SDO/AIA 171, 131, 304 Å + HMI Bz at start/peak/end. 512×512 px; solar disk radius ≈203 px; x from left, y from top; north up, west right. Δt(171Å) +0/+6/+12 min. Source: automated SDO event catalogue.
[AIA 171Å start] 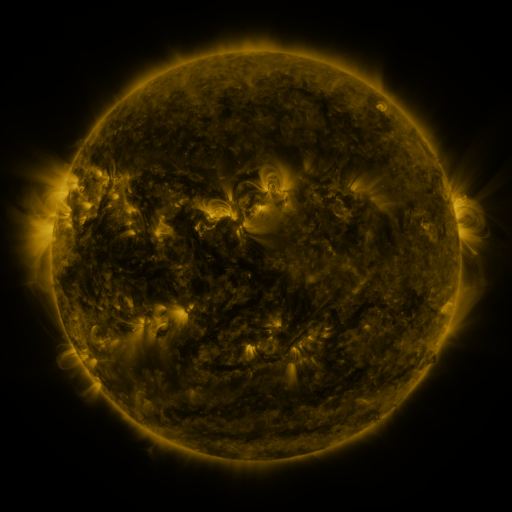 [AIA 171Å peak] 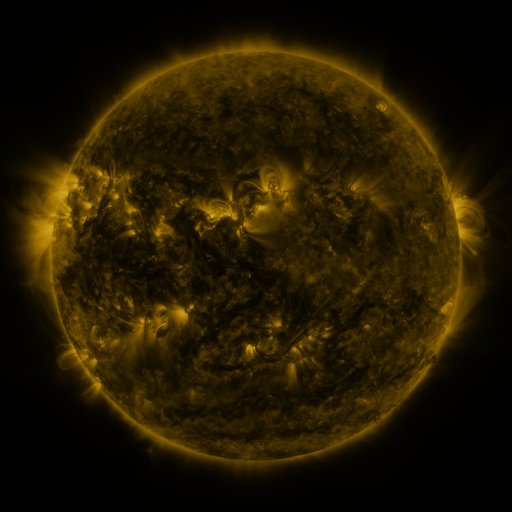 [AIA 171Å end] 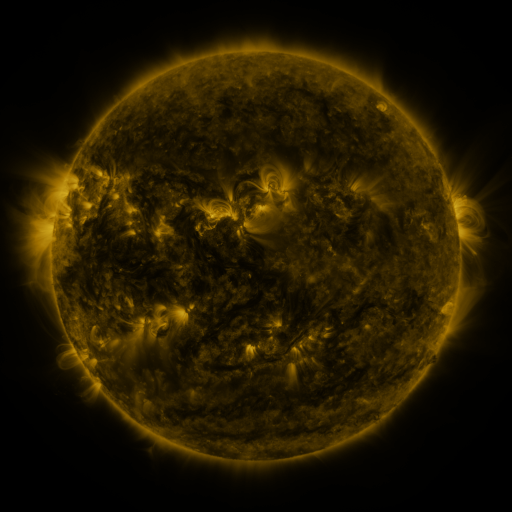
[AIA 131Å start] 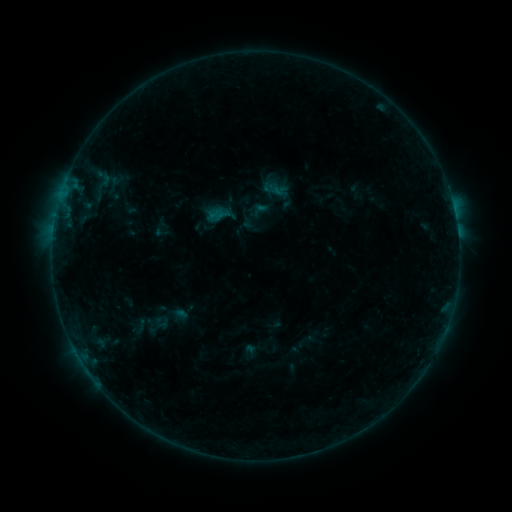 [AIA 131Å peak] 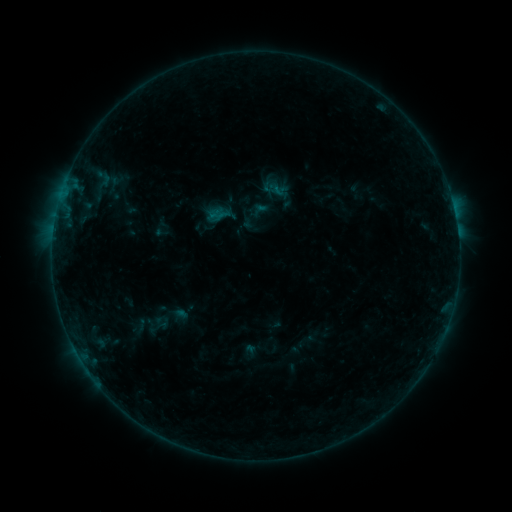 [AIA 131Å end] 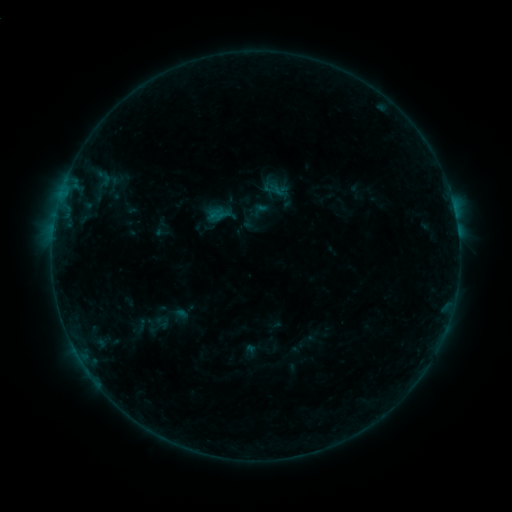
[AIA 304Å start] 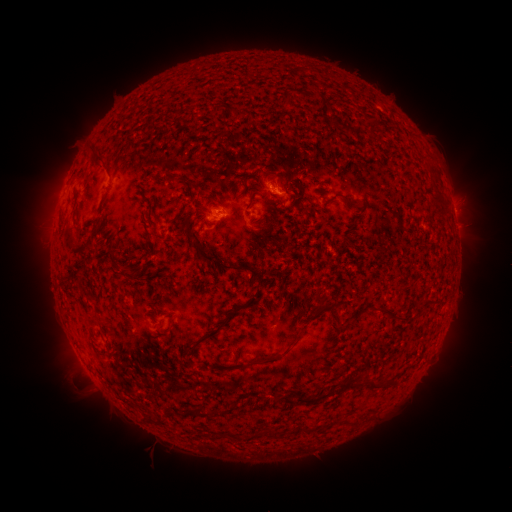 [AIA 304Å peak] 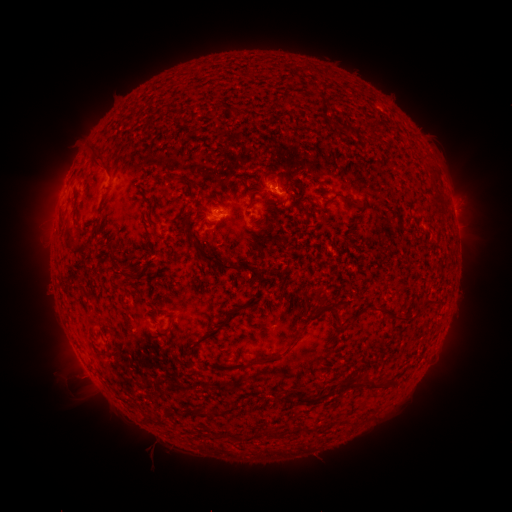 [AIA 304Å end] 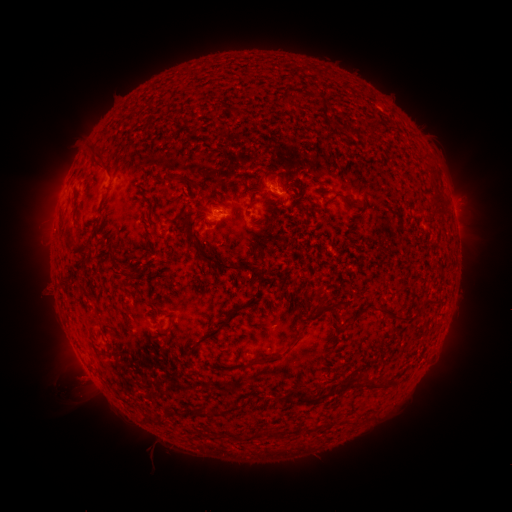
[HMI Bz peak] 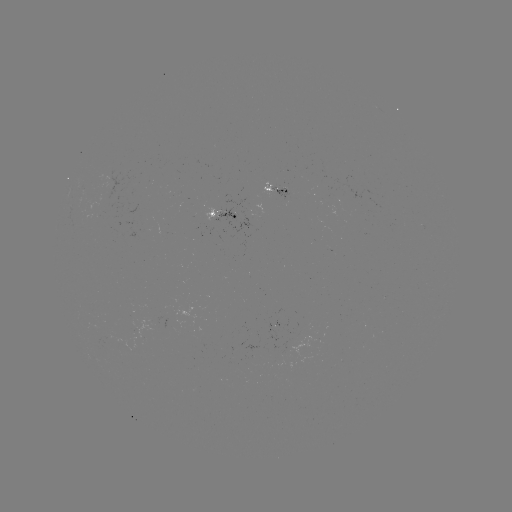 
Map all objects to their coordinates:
eruption: (78, 385)
